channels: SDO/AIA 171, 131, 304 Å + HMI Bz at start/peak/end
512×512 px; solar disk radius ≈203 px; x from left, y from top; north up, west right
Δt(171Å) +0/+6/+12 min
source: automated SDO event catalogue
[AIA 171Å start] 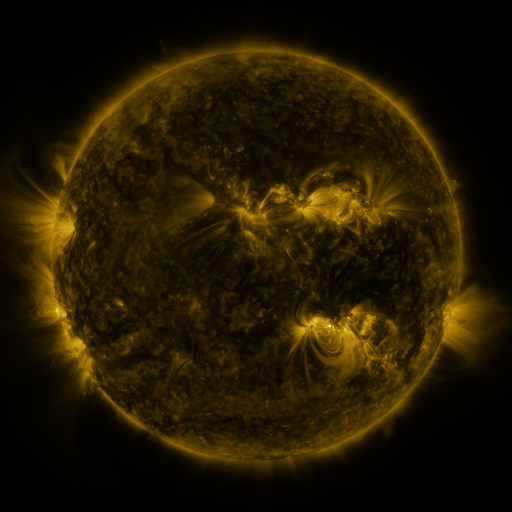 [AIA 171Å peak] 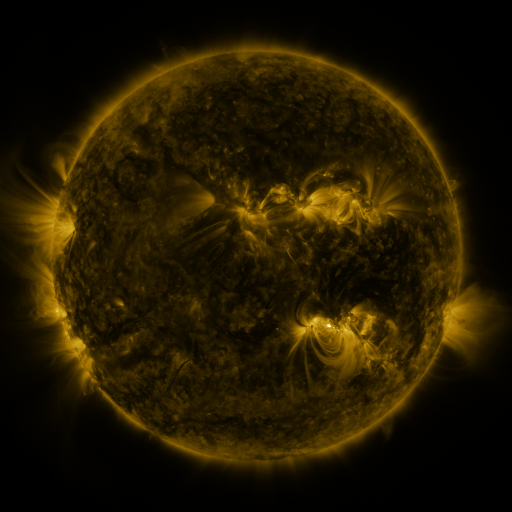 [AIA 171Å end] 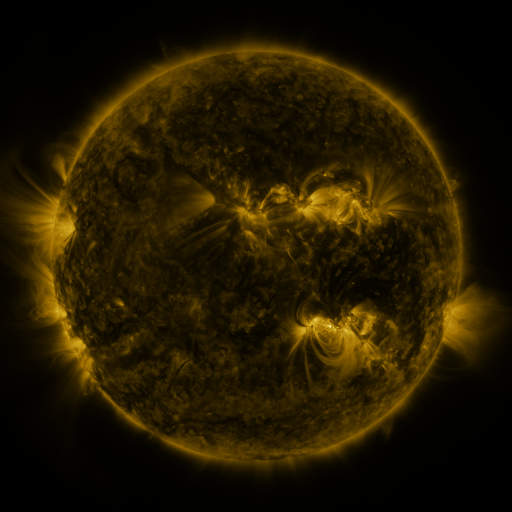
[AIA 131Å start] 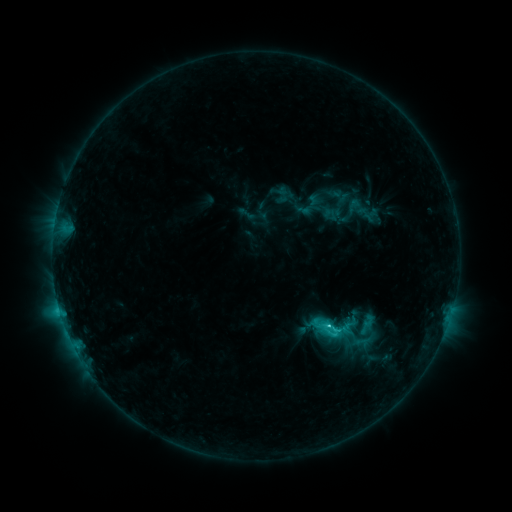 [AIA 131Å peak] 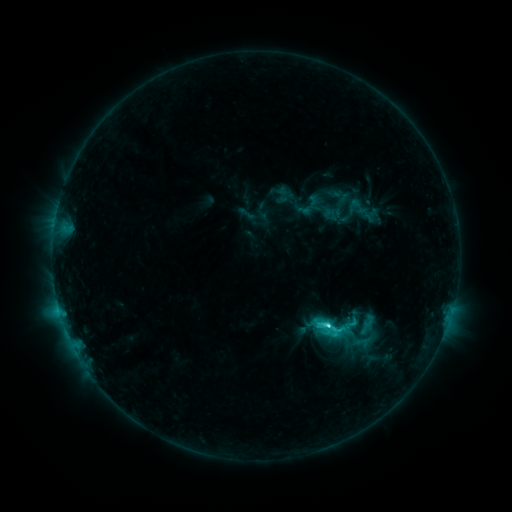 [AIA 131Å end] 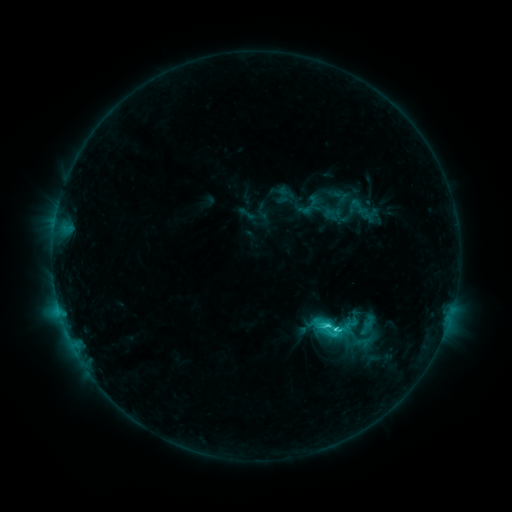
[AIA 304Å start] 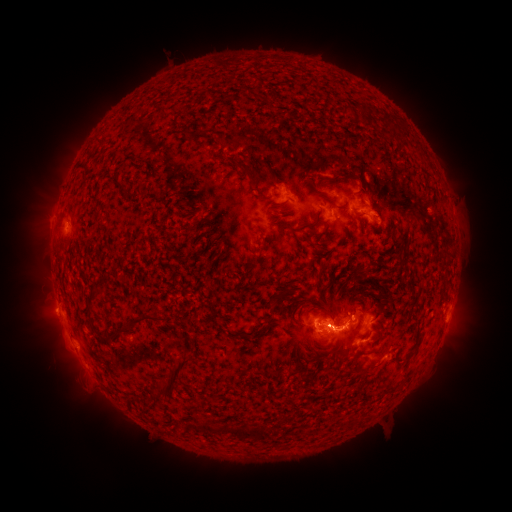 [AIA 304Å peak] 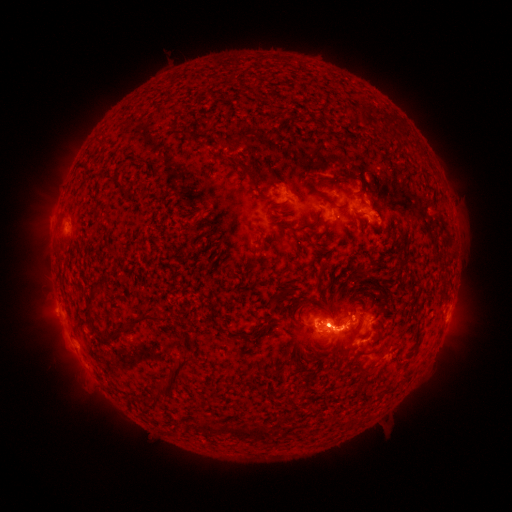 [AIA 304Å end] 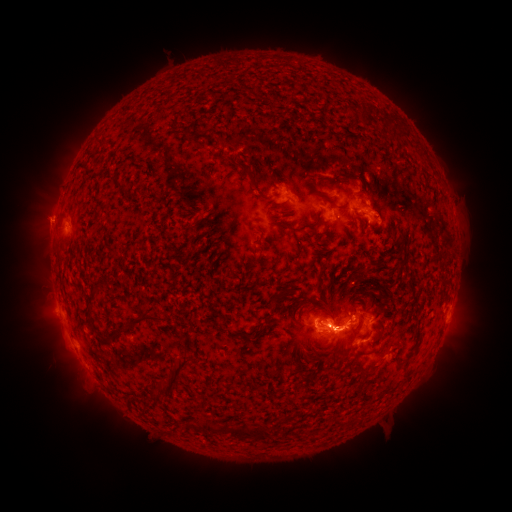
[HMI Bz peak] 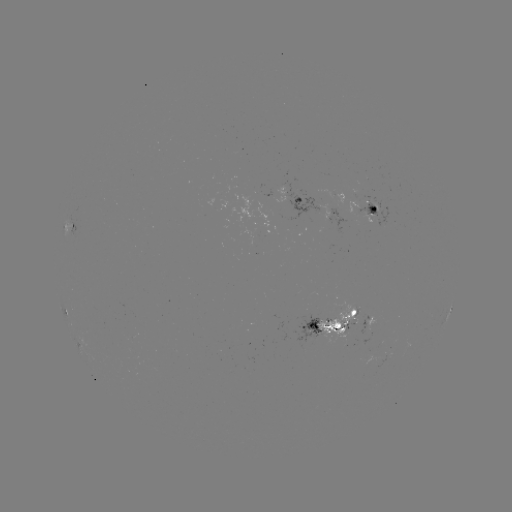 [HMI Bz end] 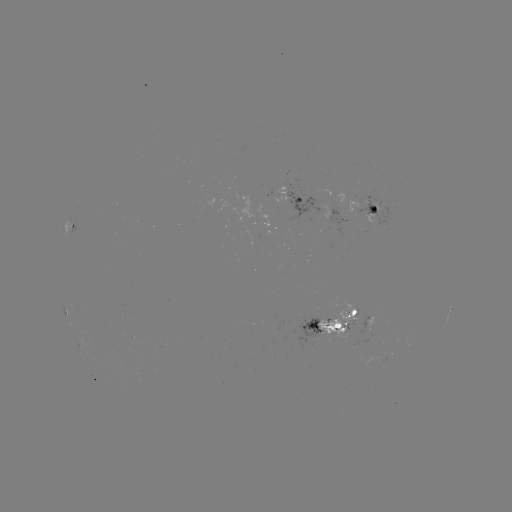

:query eruption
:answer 465,323